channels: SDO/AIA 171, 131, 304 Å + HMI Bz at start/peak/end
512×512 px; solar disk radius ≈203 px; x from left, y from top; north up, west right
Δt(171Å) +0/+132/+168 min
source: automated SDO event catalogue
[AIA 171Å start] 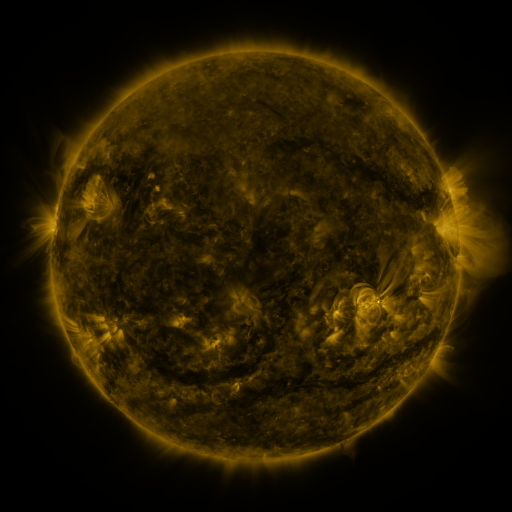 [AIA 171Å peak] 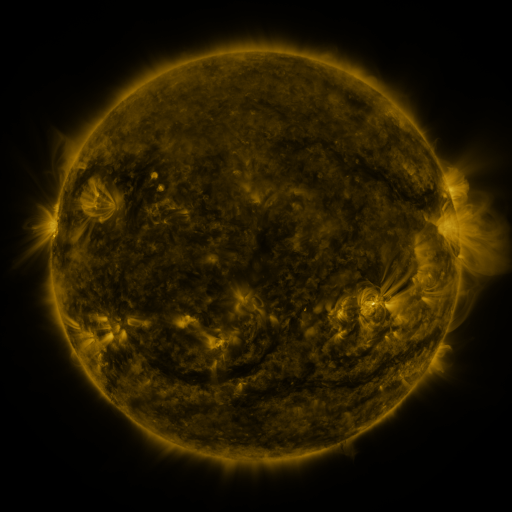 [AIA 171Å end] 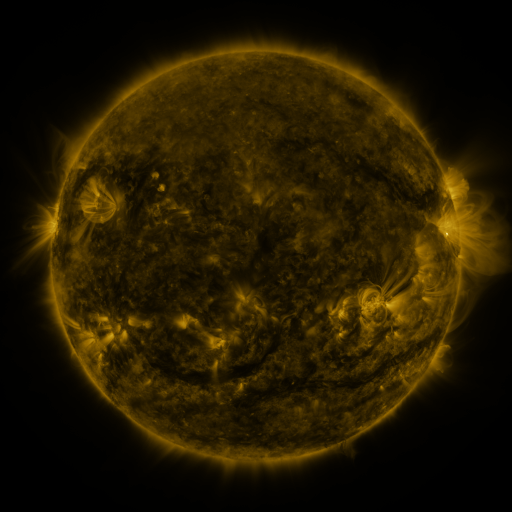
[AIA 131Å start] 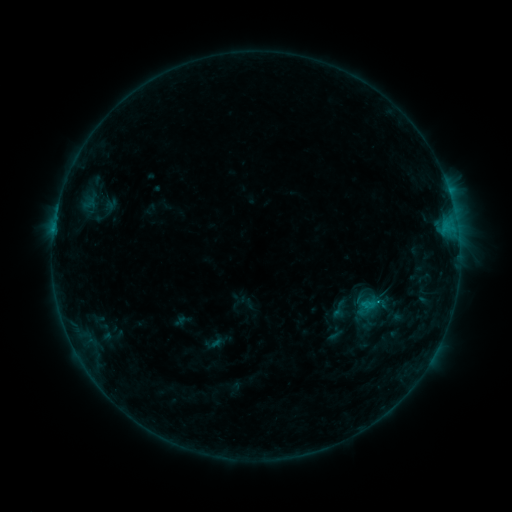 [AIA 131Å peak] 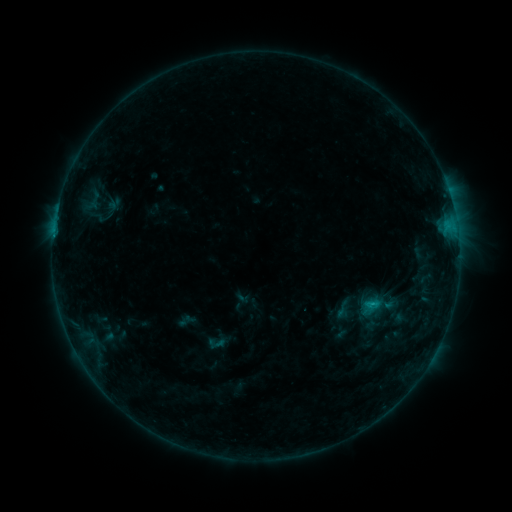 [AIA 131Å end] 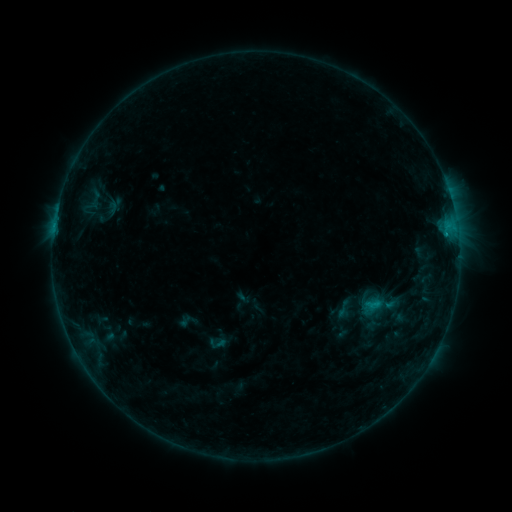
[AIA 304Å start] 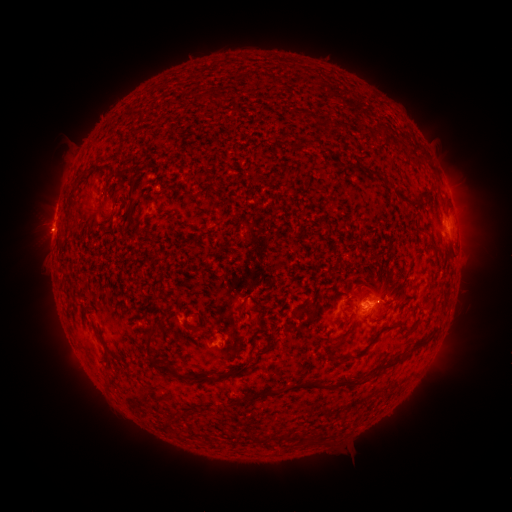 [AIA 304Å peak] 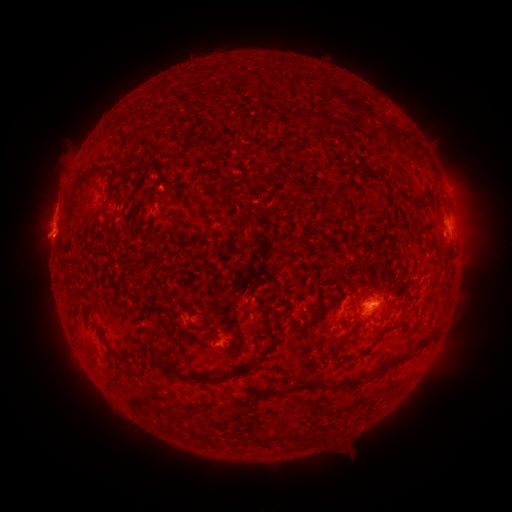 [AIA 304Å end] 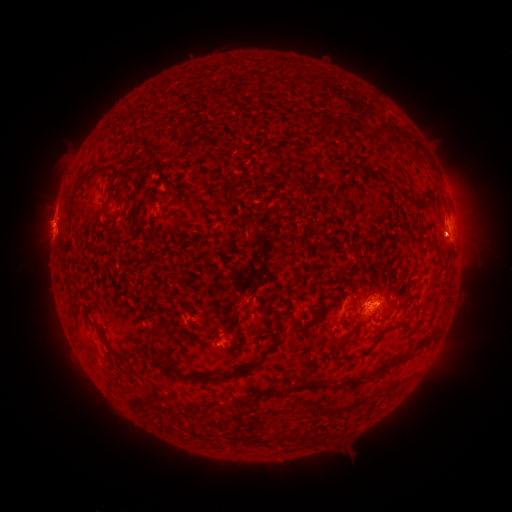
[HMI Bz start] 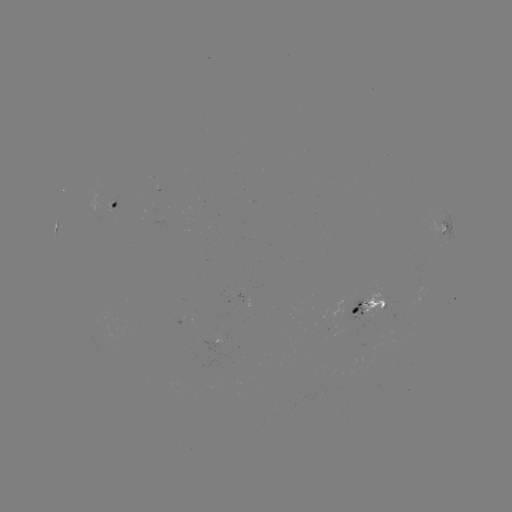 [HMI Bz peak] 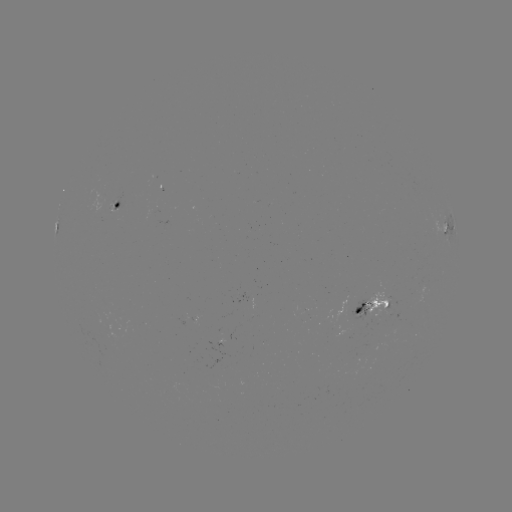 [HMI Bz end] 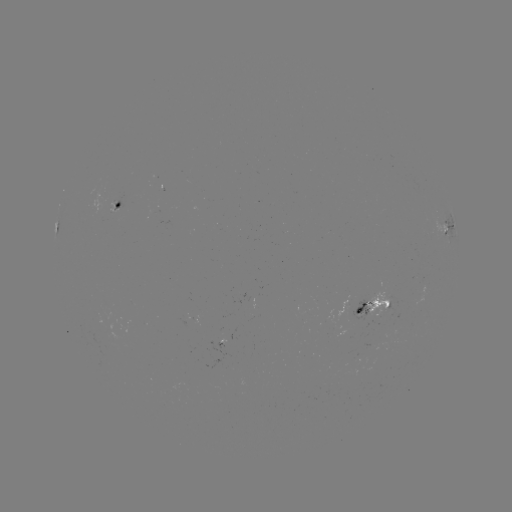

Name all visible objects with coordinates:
emerging-flux region: (156, 206)
